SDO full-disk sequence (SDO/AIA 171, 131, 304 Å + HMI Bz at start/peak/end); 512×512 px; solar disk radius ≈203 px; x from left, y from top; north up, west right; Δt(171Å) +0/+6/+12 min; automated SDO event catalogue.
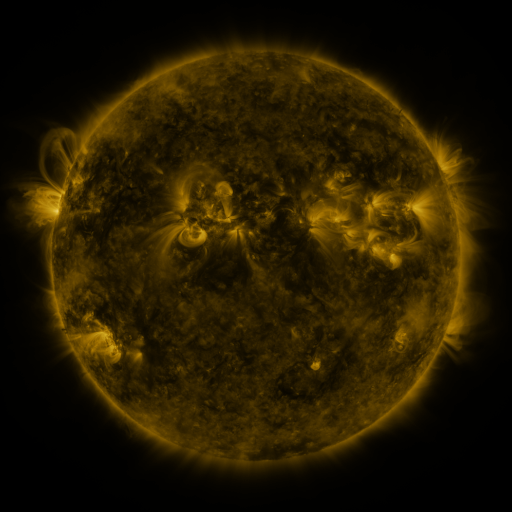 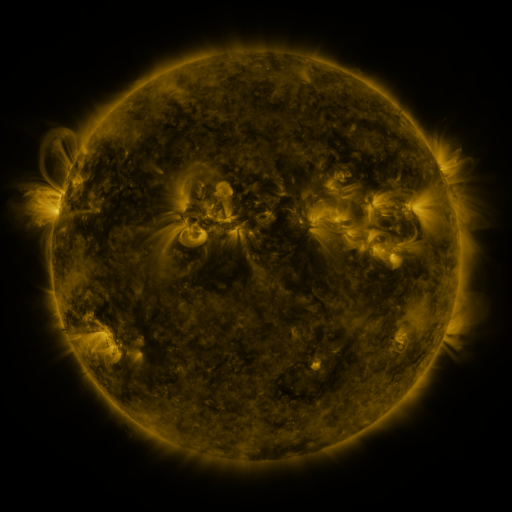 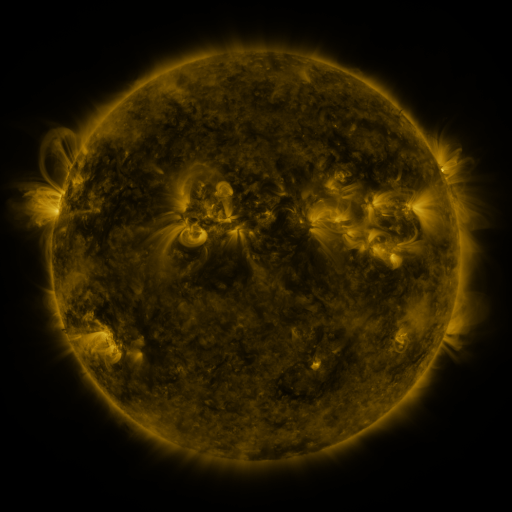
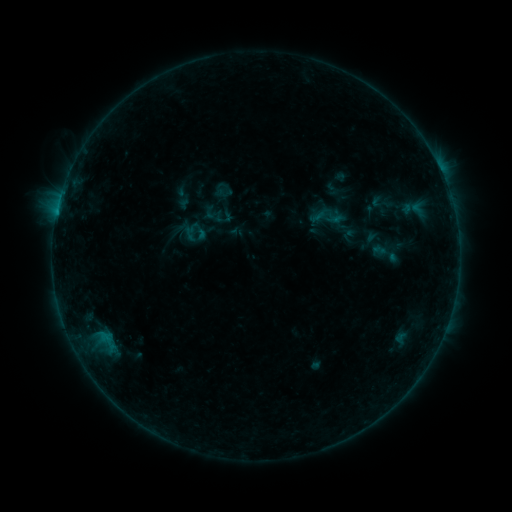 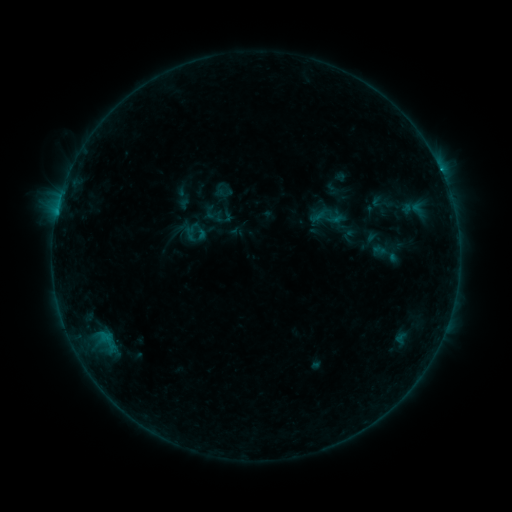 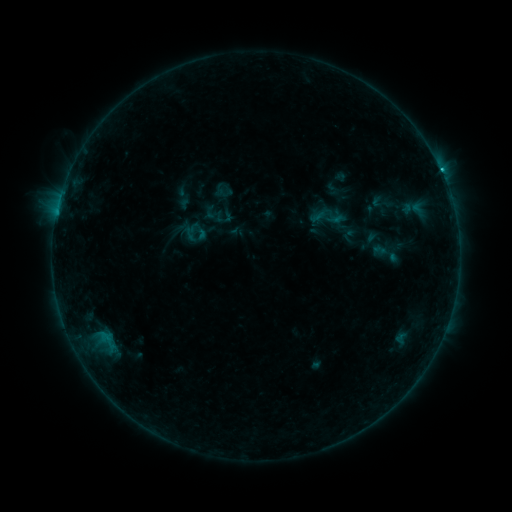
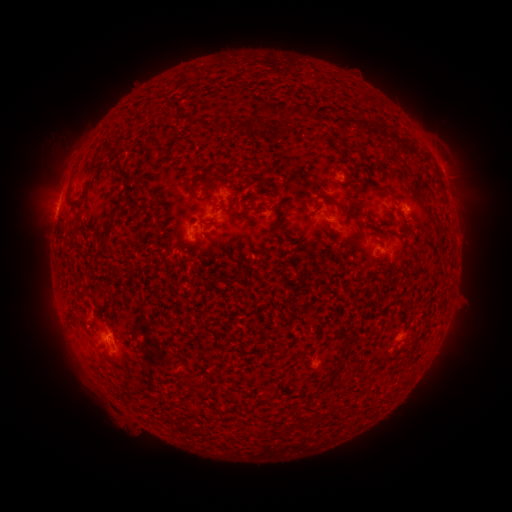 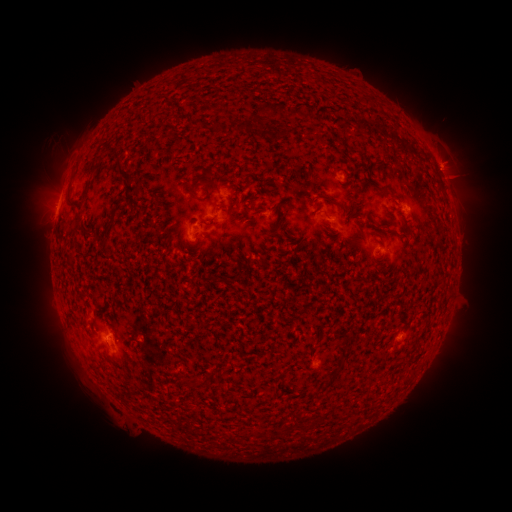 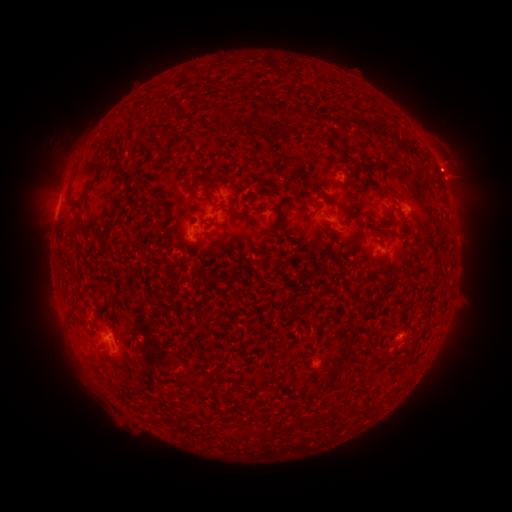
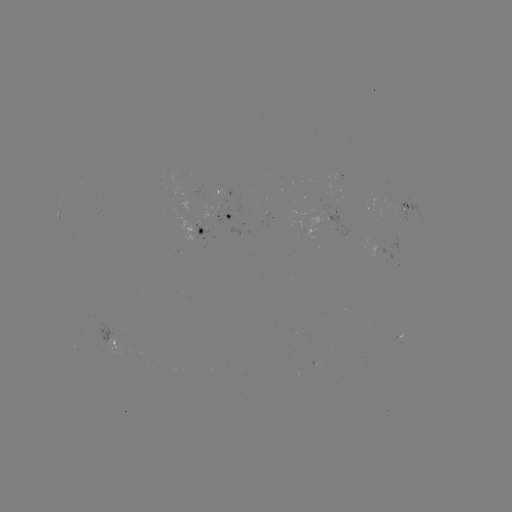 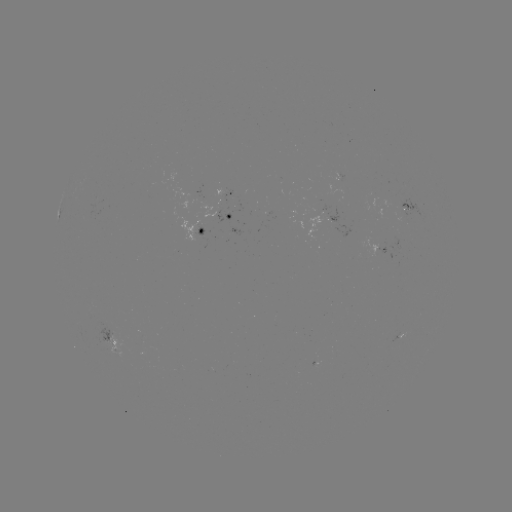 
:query eruption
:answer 449,173